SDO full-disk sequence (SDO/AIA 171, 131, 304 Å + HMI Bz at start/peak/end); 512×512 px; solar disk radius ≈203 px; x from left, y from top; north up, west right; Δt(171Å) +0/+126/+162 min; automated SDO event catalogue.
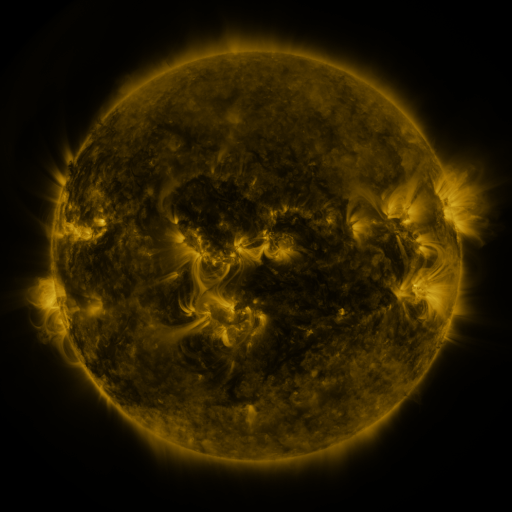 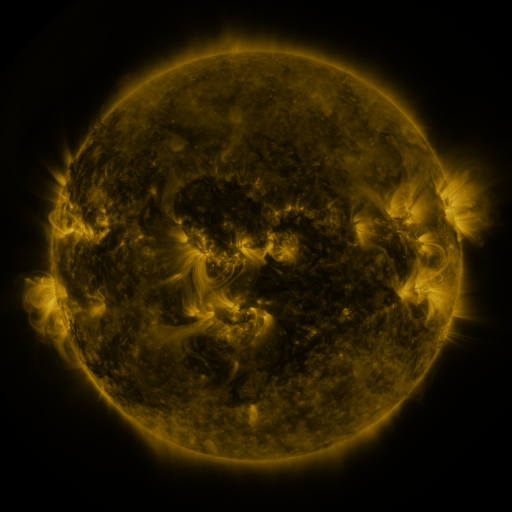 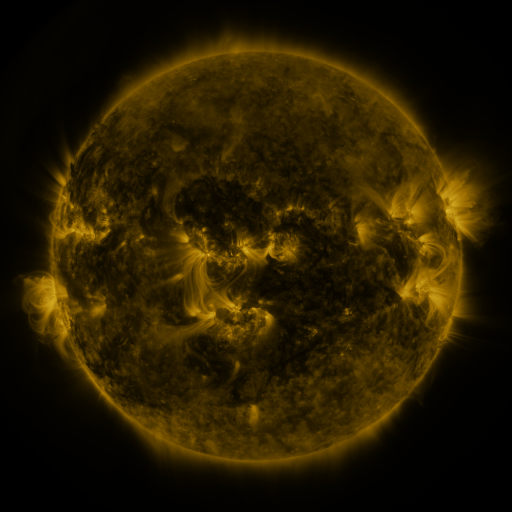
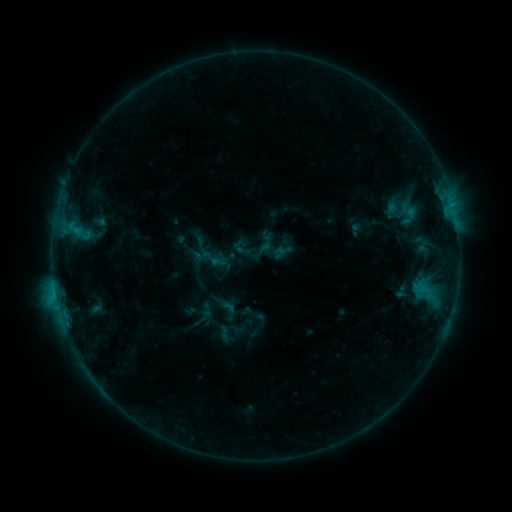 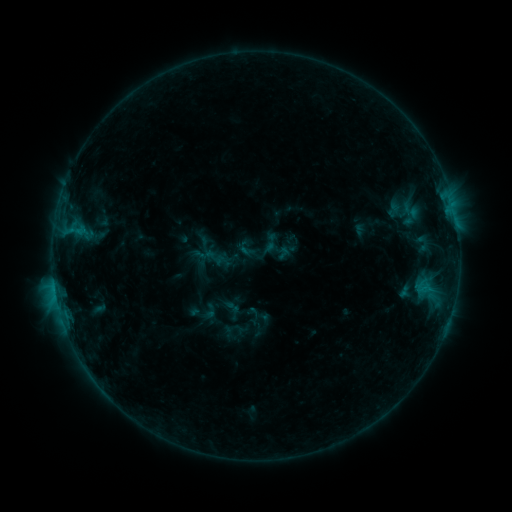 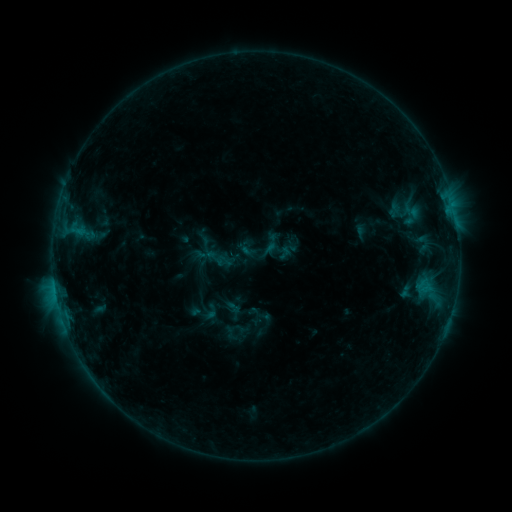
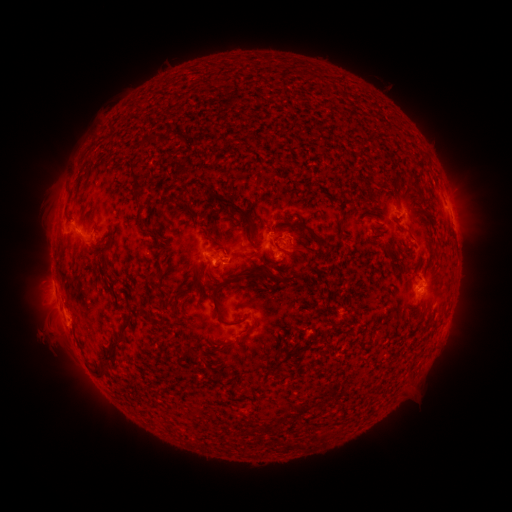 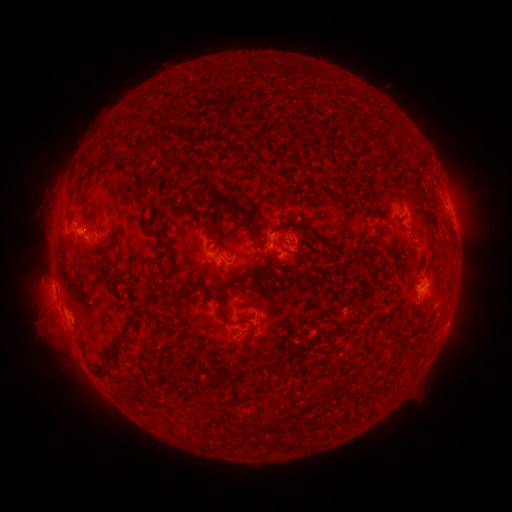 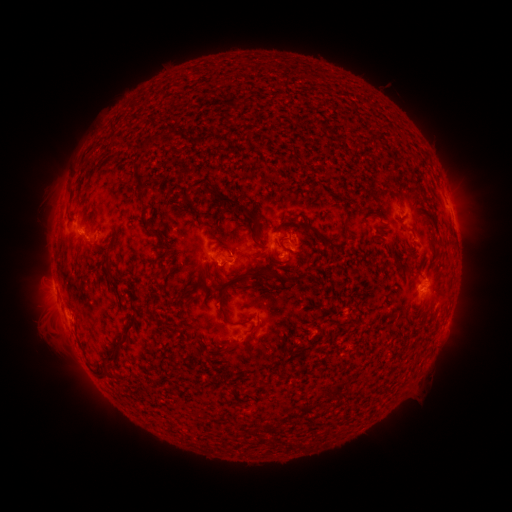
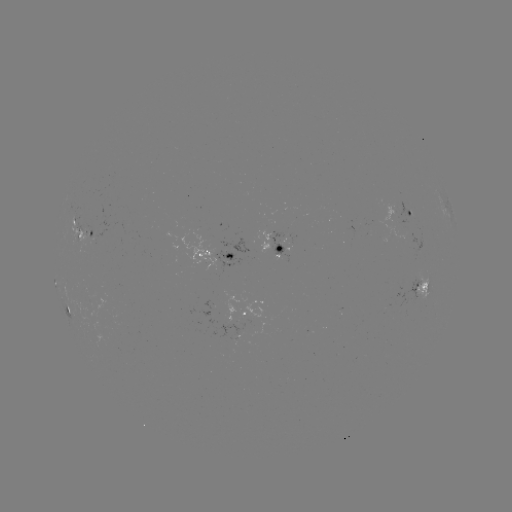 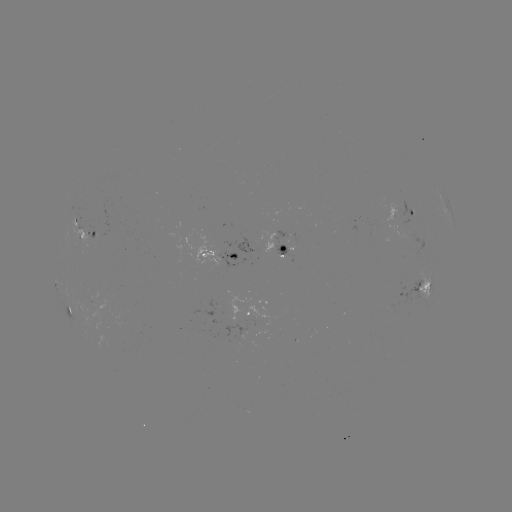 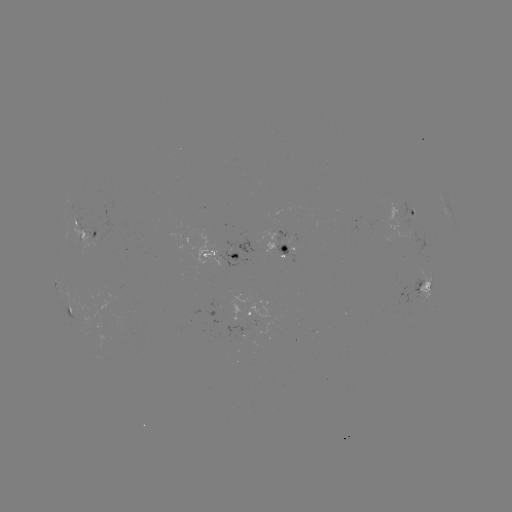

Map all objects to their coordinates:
emerging-flux region: (240, 336)
